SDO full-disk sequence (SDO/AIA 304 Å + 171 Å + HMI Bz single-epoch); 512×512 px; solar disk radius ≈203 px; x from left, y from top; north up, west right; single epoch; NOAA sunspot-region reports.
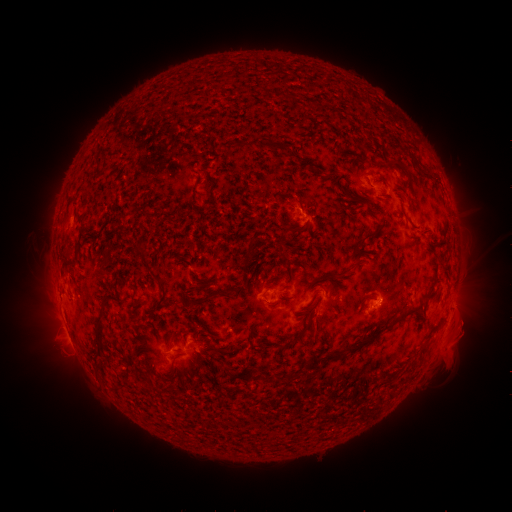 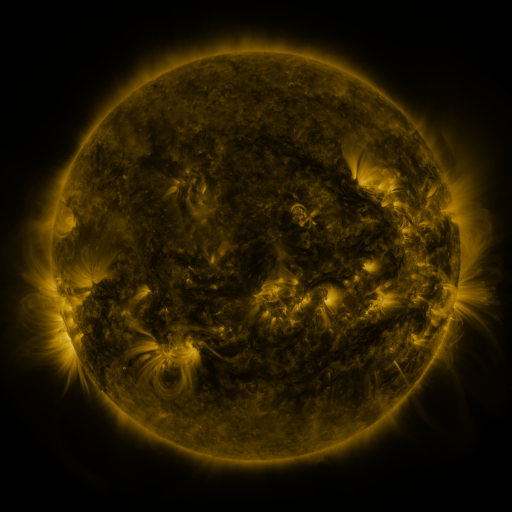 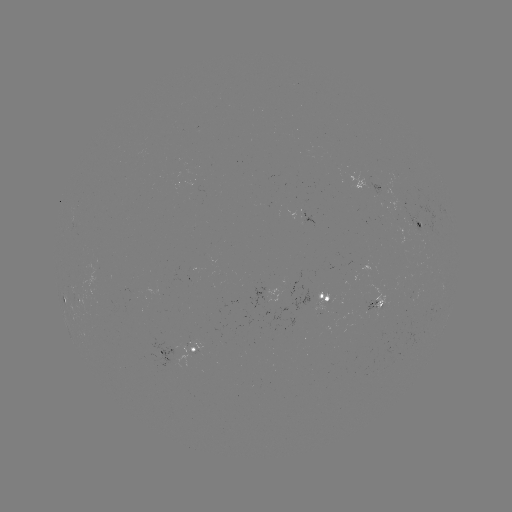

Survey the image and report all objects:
spotted active region: (373, 187)
spotted active region: (308, 215)
spotted active region: (420, 228)
spotted active region: (329, 300)
spotted active region: (378, 306)
spotted active region: (177, 351)
